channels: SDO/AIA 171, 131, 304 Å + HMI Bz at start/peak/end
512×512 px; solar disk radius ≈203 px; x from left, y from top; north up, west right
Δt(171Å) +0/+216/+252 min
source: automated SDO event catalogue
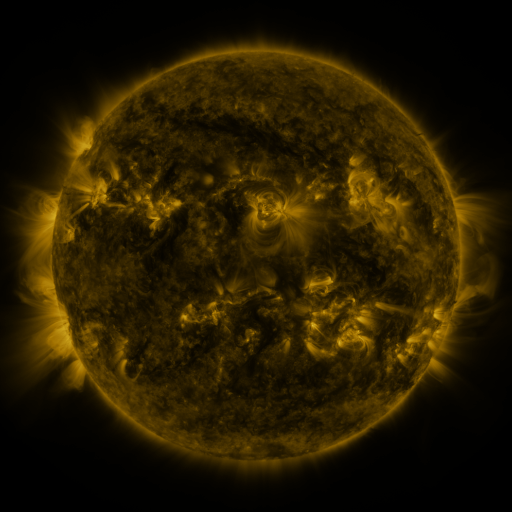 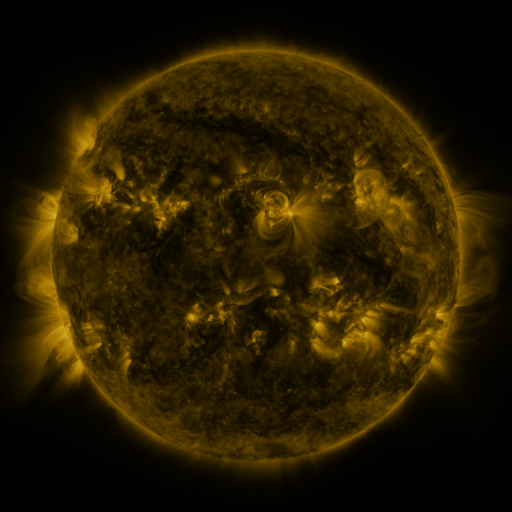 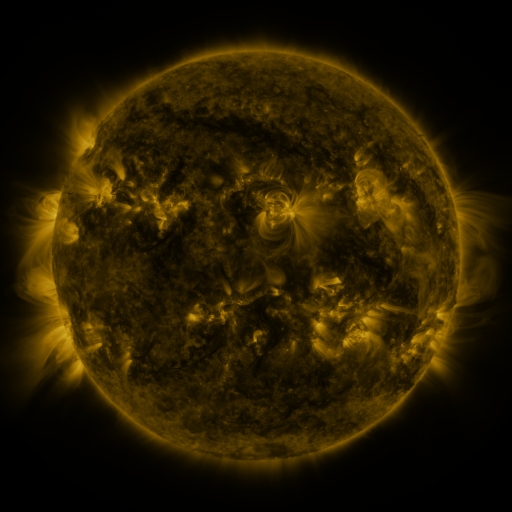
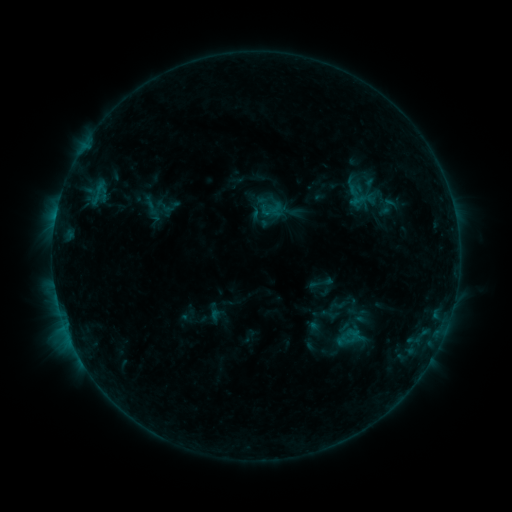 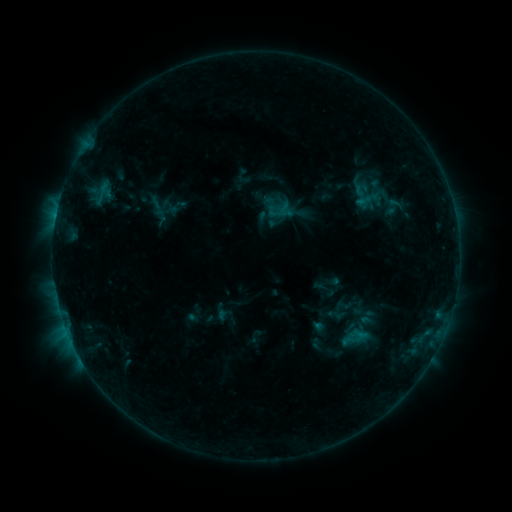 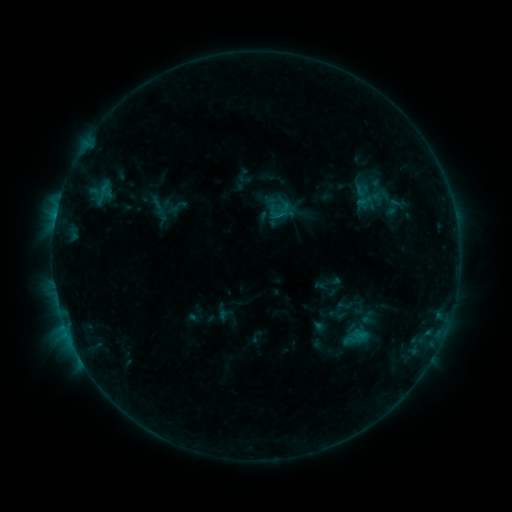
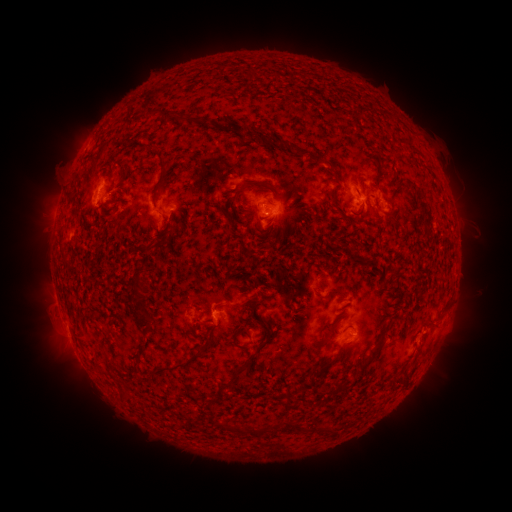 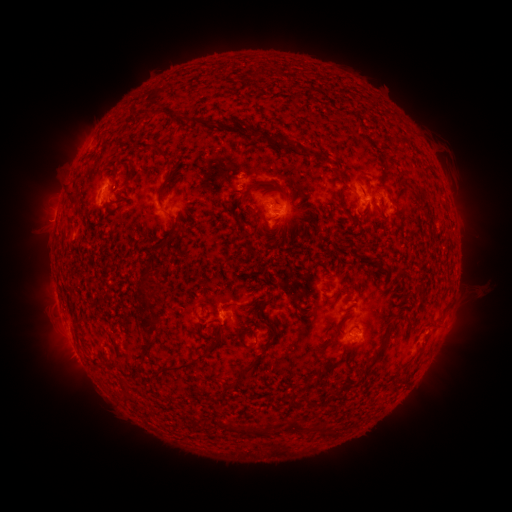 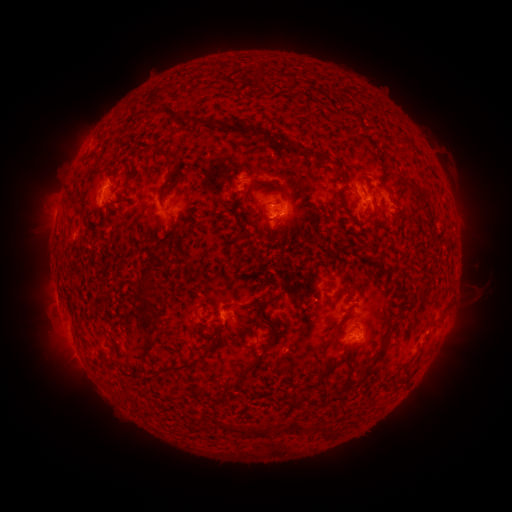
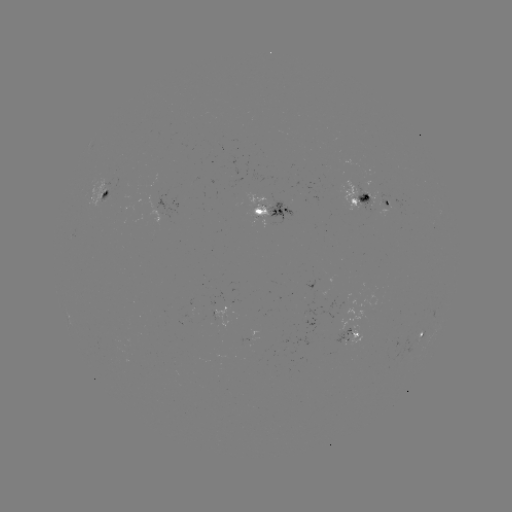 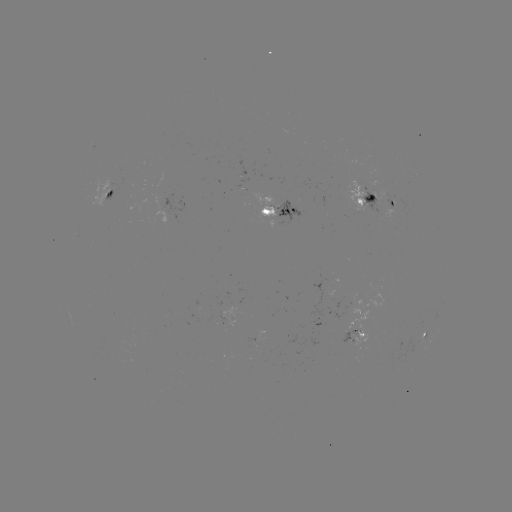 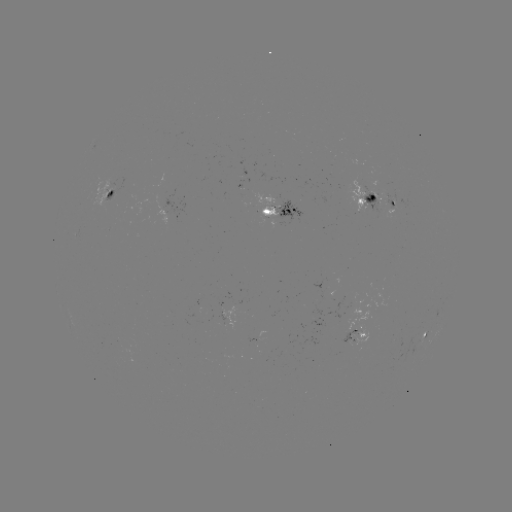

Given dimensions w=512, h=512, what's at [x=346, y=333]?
emerging-flux region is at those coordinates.